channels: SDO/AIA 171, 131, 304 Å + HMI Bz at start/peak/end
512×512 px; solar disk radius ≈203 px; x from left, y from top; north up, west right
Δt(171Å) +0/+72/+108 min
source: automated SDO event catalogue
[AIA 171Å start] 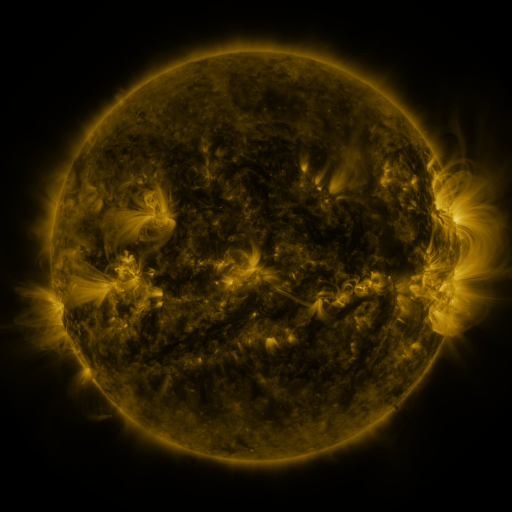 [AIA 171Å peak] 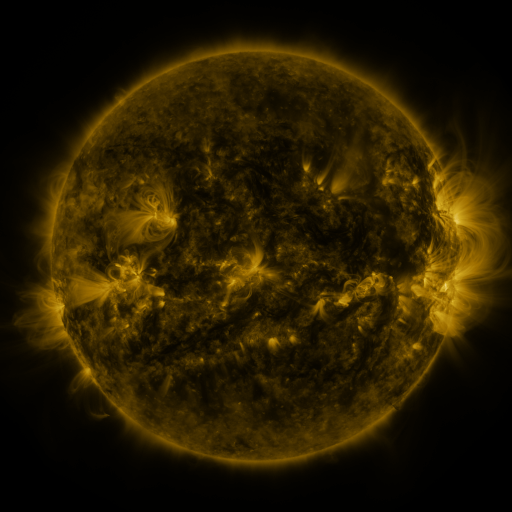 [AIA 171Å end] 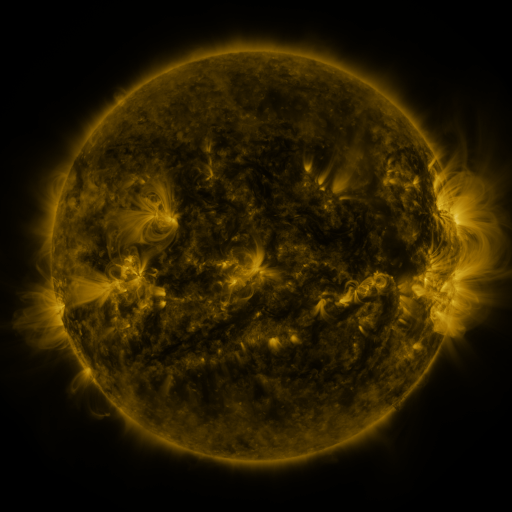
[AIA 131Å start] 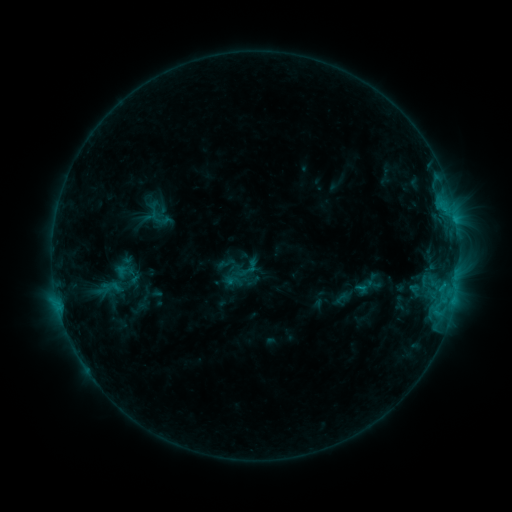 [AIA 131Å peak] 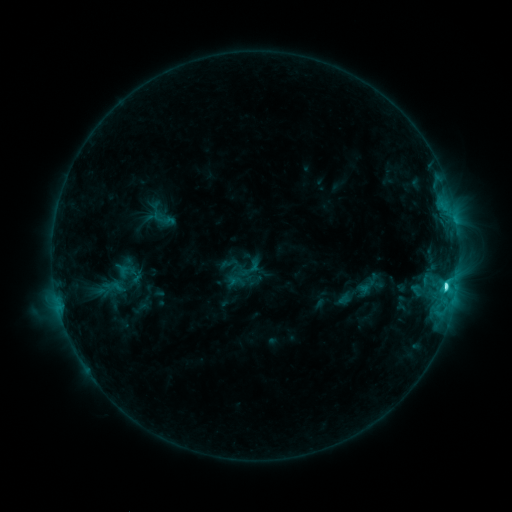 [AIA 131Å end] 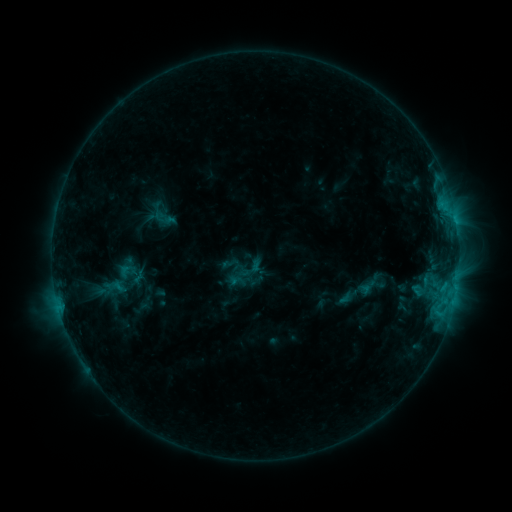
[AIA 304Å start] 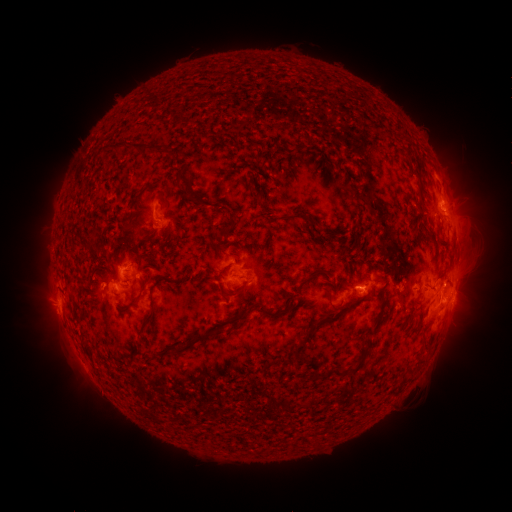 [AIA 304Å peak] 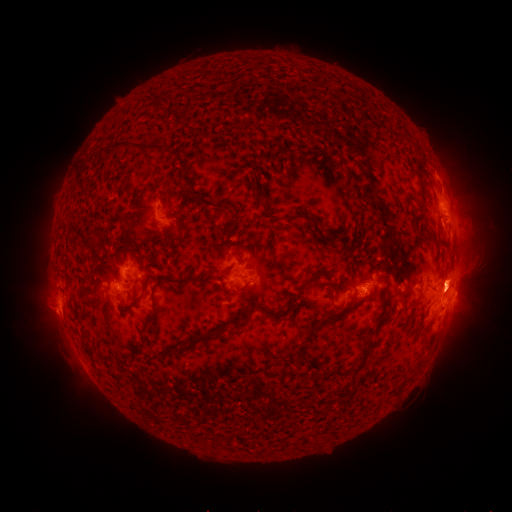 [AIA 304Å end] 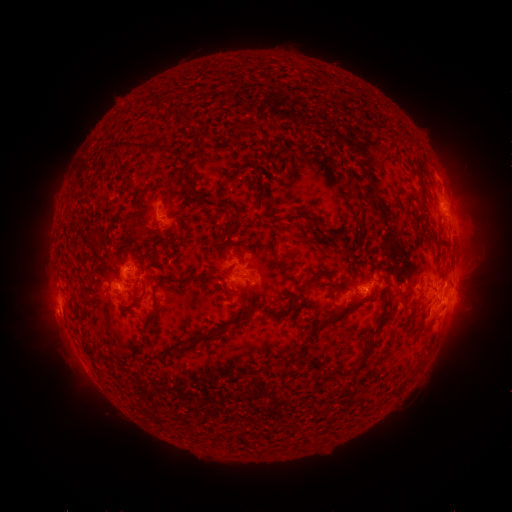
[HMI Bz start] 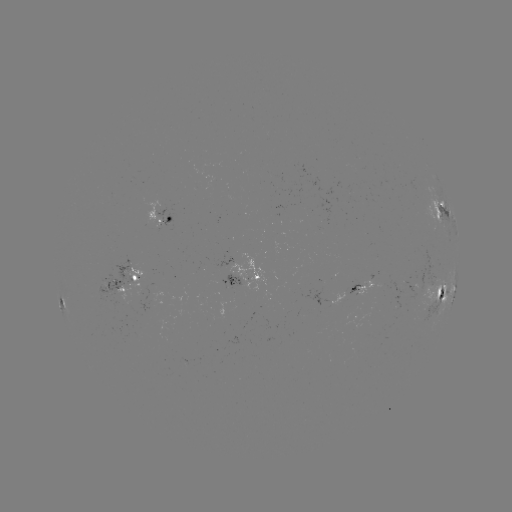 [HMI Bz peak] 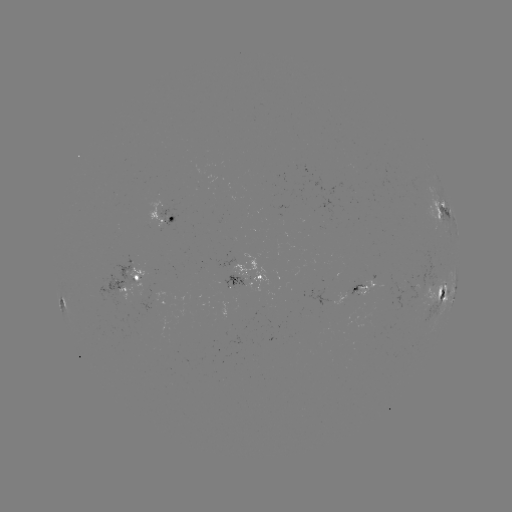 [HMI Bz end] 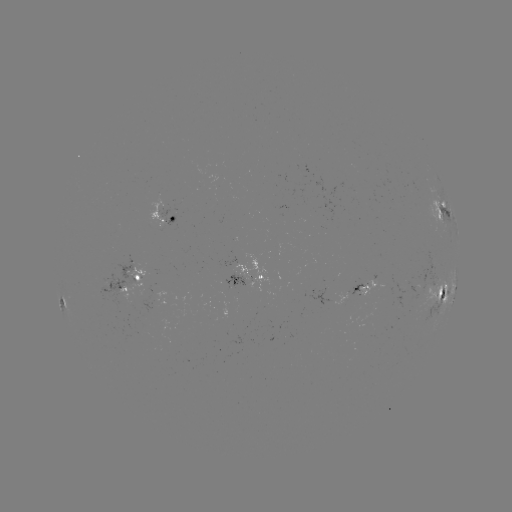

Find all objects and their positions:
emerging-flux region: (231, 285)
